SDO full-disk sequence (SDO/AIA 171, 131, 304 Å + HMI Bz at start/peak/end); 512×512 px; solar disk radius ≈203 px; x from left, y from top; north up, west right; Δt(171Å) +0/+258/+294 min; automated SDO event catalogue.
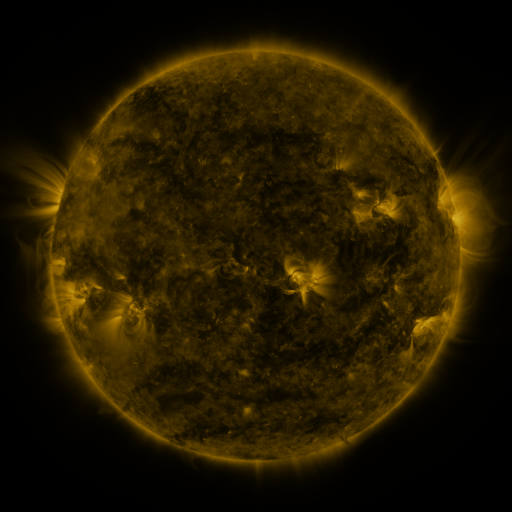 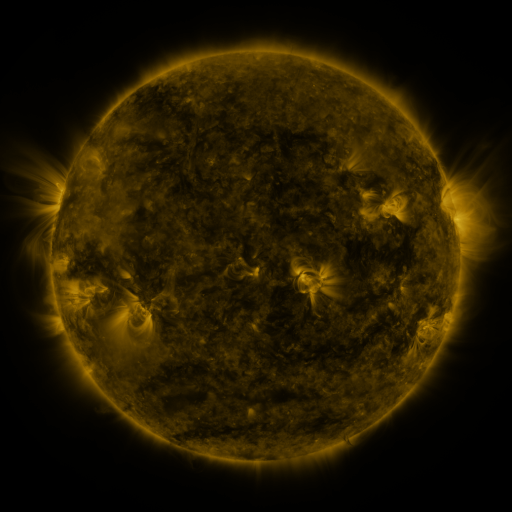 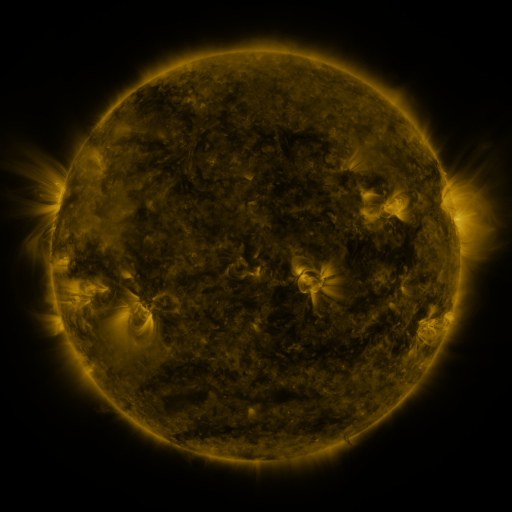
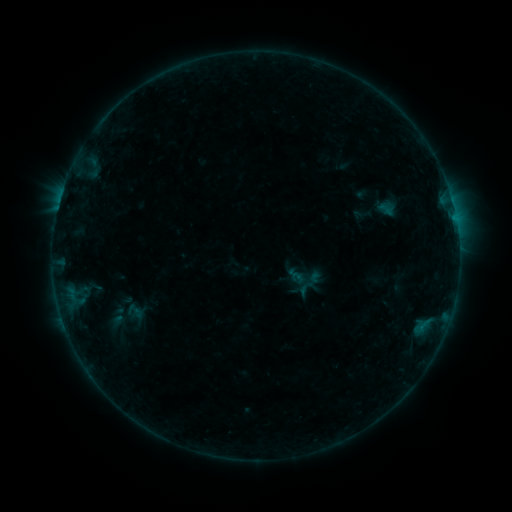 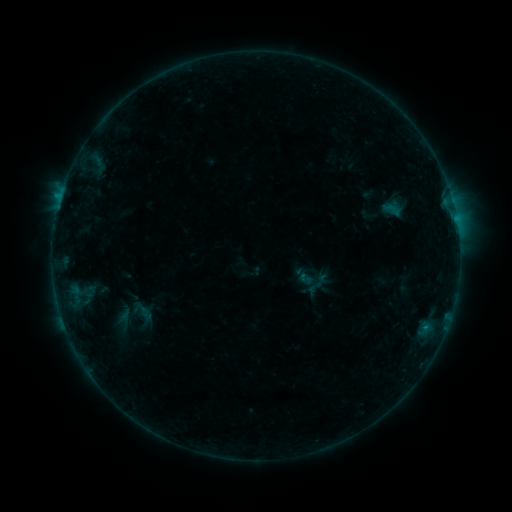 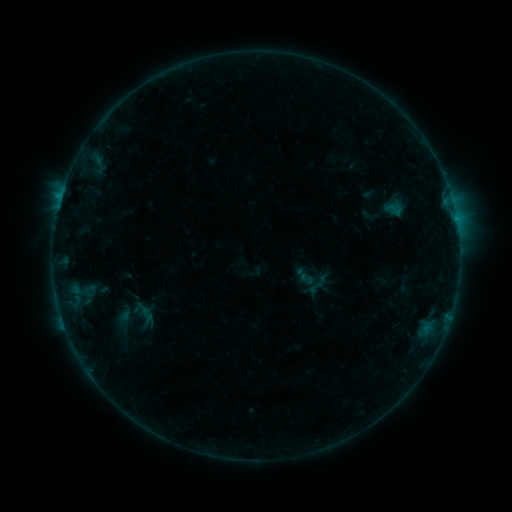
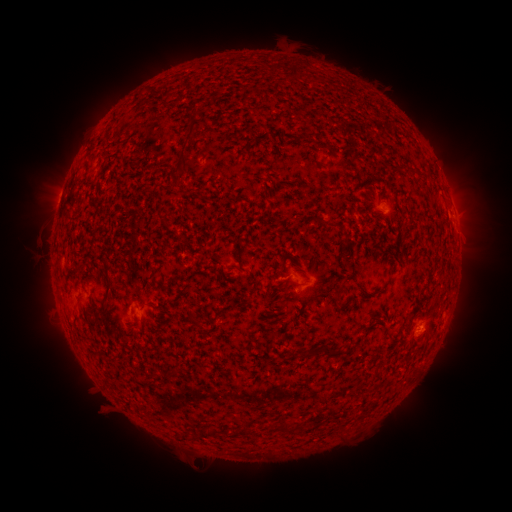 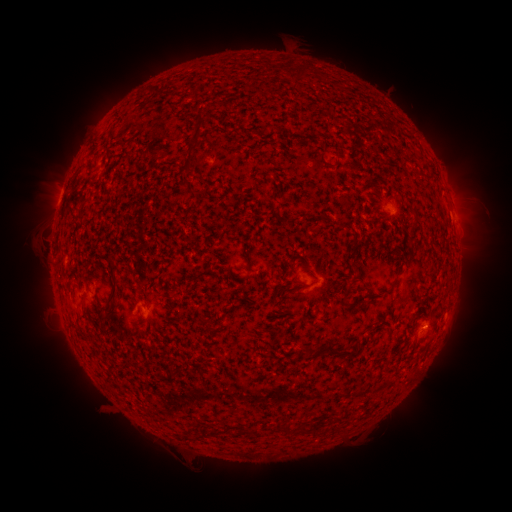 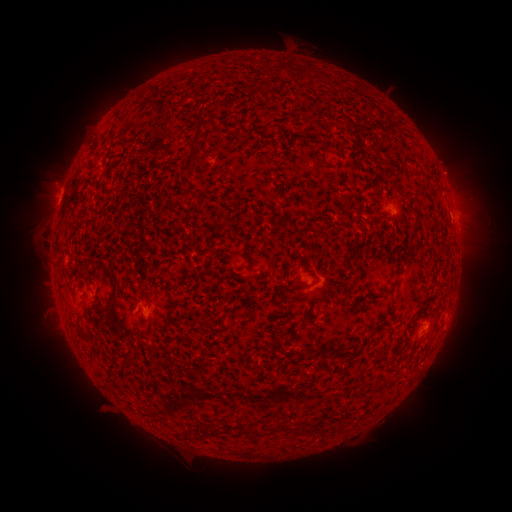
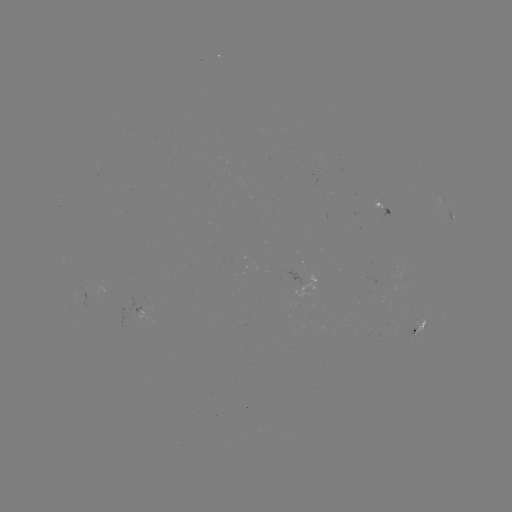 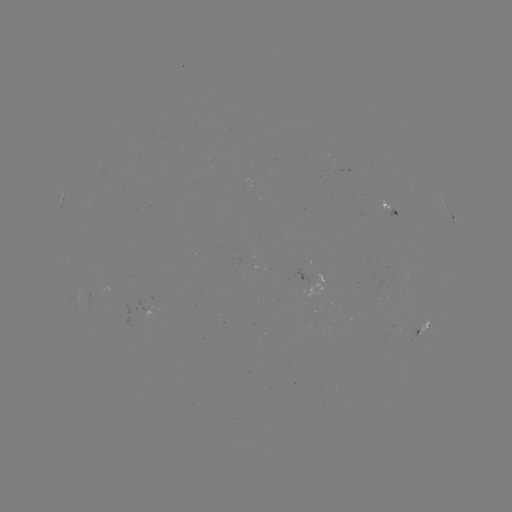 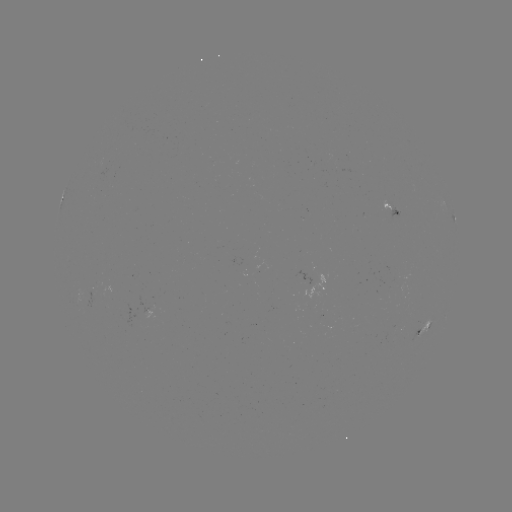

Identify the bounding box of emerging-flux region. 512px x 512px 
[81, 287, 99, 306].